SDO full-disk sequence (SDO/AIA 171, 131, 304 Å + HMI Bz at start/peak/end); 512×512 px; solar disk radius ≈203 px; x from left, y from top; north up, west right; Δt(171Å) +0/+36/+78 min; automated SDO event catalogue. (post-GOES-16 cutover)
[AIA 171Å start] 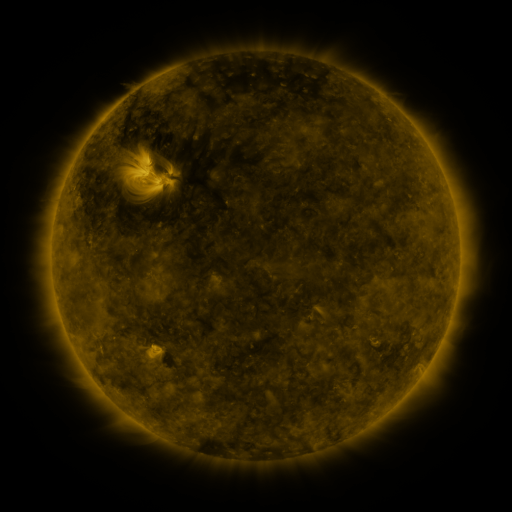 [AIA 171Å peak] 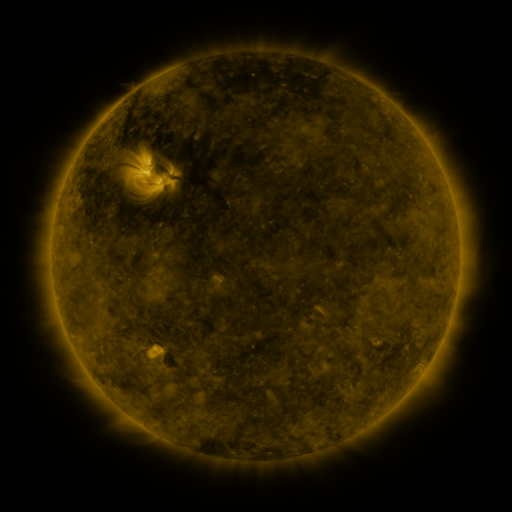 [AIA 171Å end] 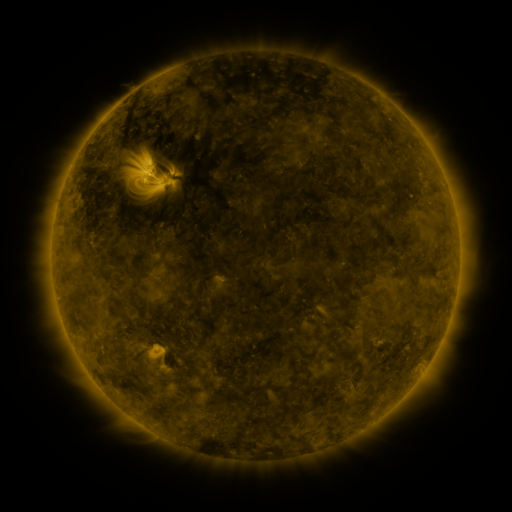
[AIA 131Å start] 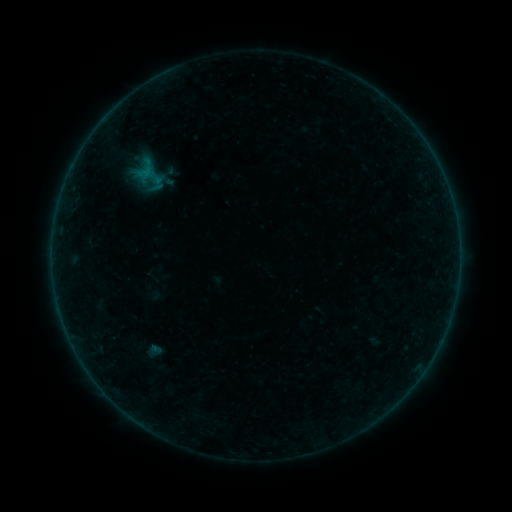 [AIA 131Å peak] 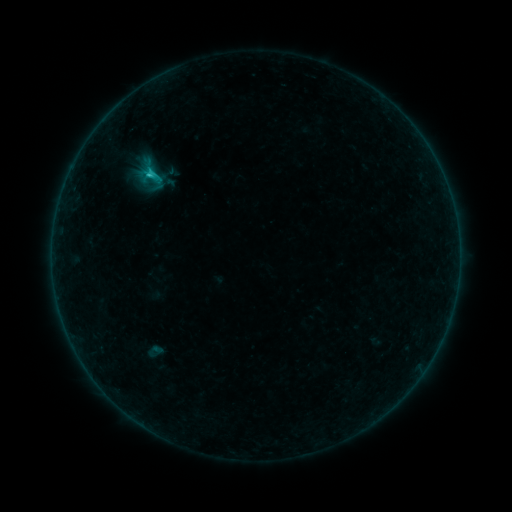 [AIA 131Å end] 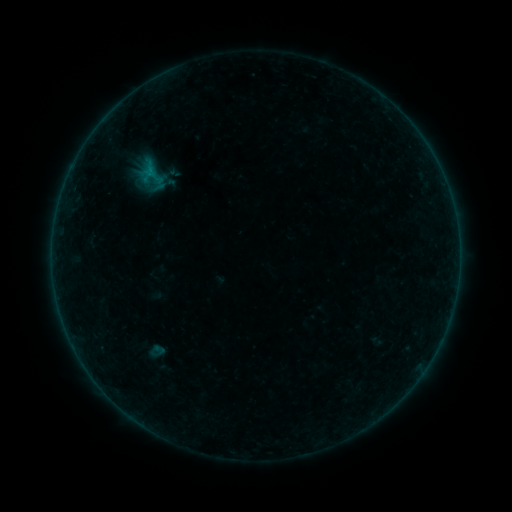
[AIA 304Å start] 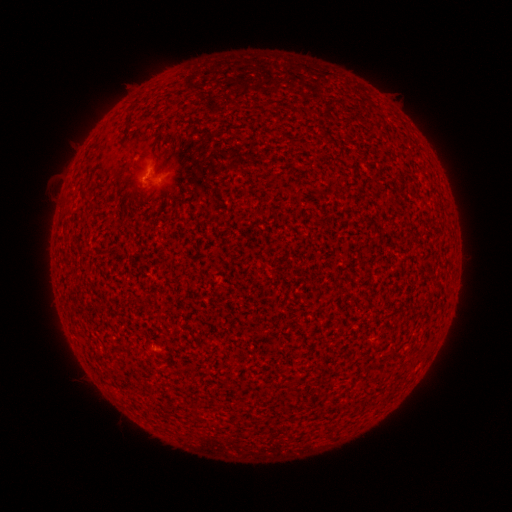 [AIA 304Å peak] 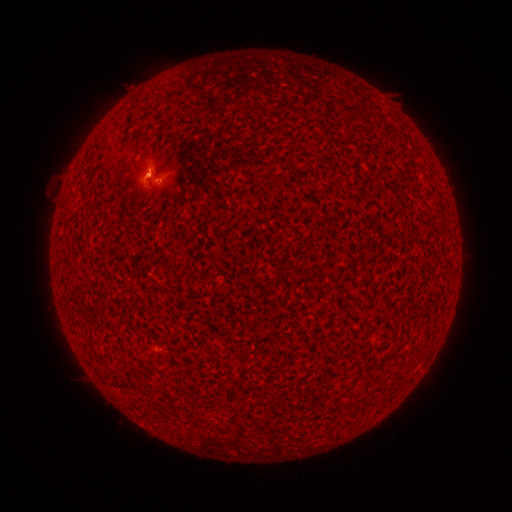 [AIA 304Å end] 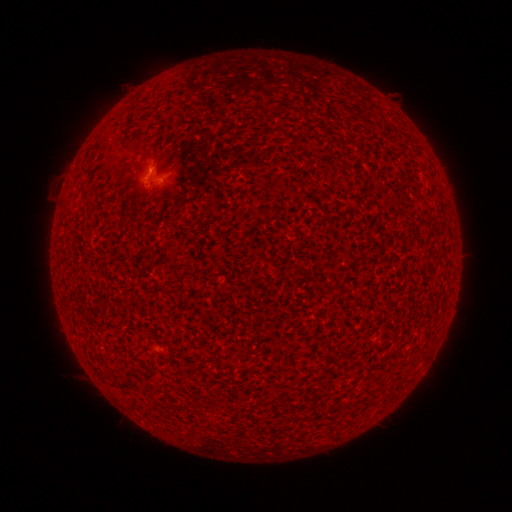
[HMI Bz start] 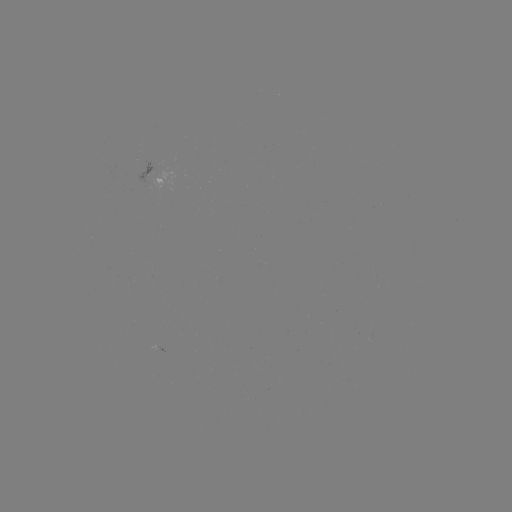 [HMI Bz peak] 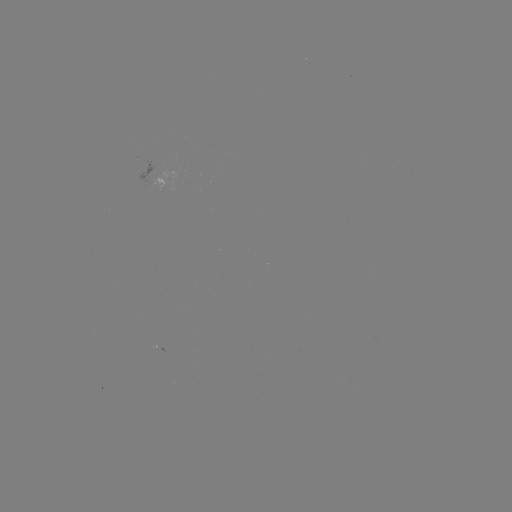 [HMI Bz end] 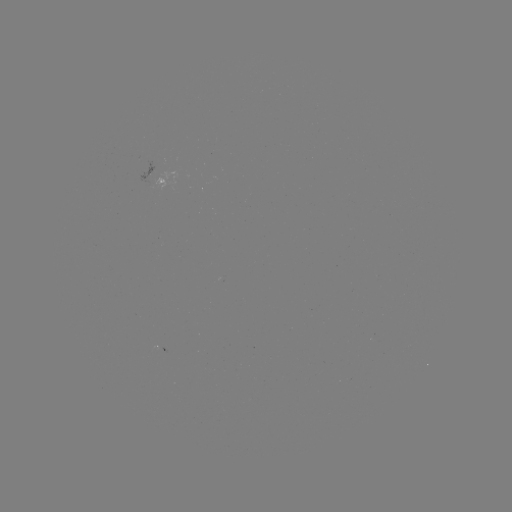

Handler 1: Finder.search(C1.0 flare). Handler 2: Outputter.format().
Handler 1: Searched C1.0 flare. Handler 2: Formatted (150, 178).